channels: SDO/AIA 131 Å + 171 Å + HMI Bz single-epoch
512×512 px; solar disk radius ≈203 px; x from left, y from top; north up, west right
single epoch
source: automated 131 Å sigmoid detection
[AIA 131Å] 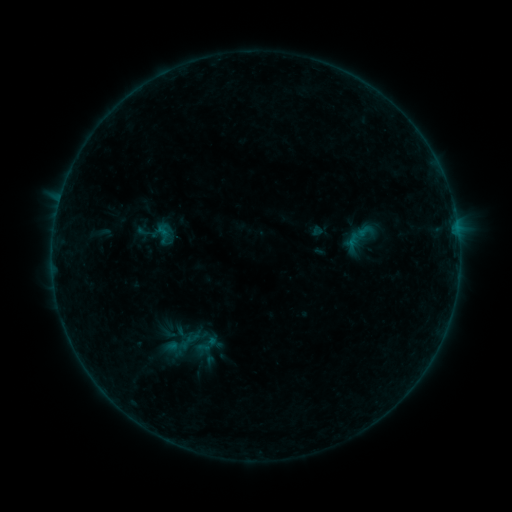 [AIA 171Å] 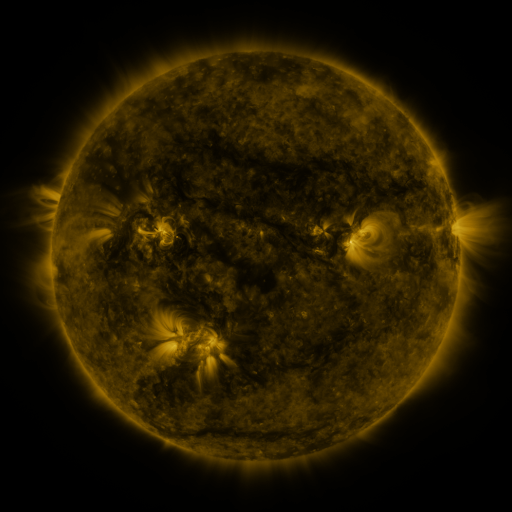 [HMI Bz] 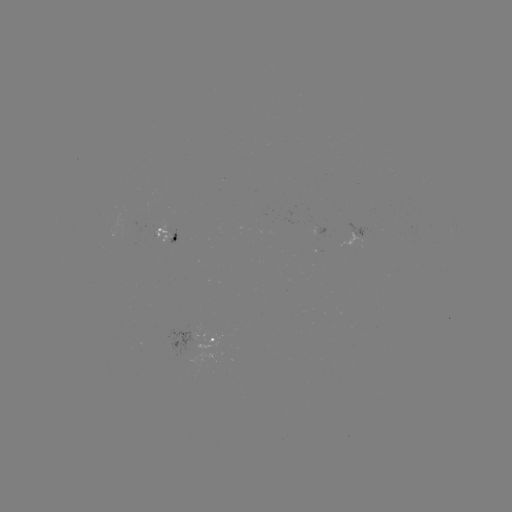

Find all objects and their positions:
sigmoid: (154, 225, 173, 246)
